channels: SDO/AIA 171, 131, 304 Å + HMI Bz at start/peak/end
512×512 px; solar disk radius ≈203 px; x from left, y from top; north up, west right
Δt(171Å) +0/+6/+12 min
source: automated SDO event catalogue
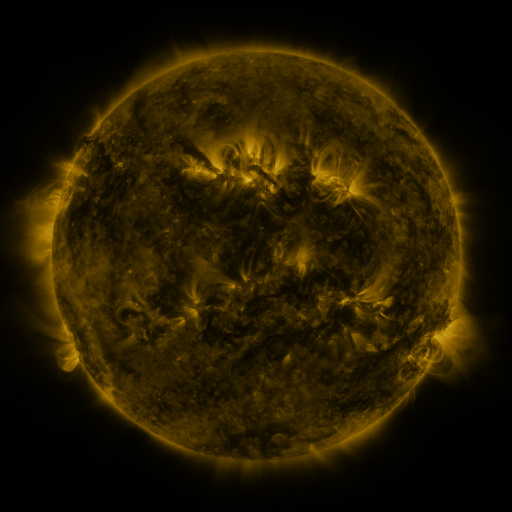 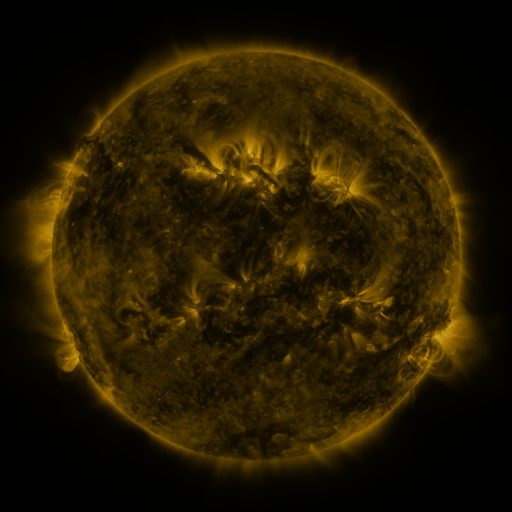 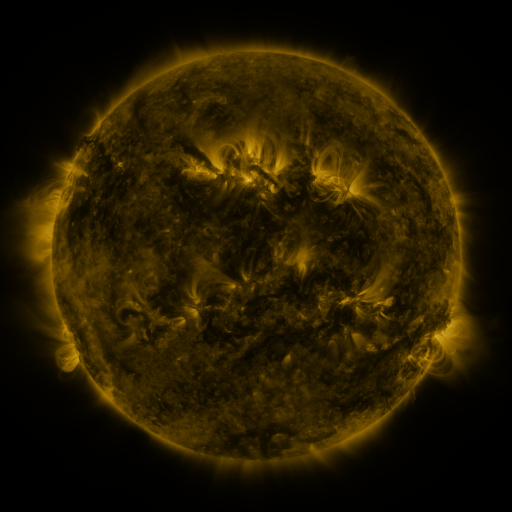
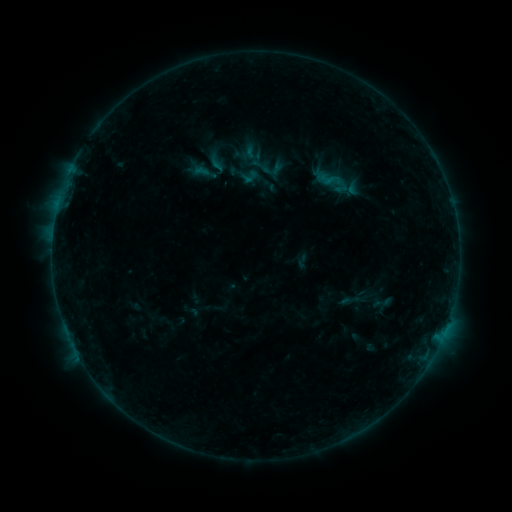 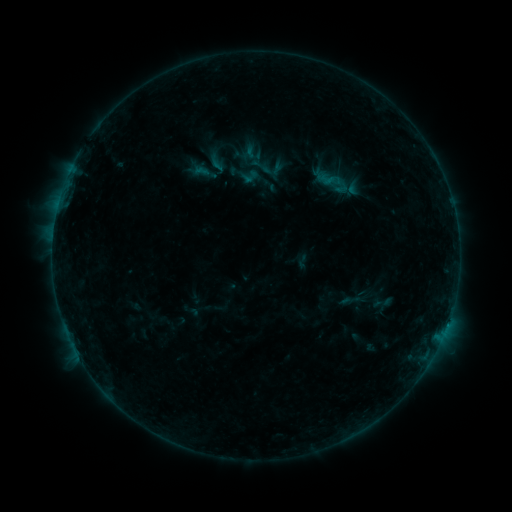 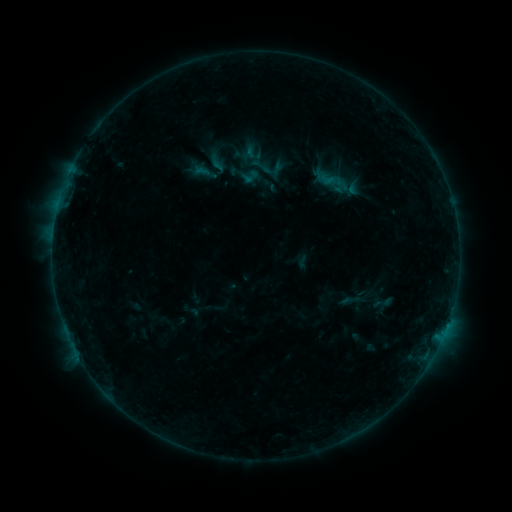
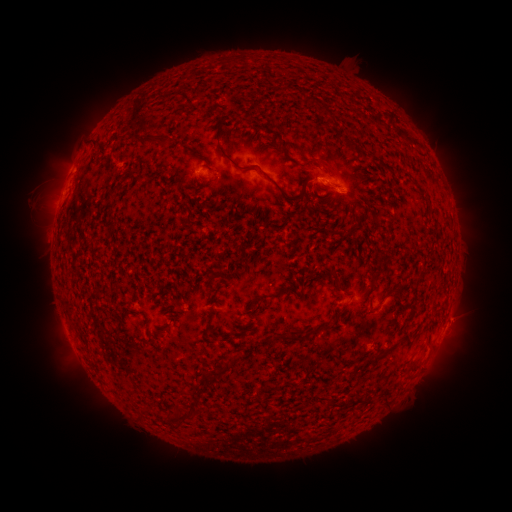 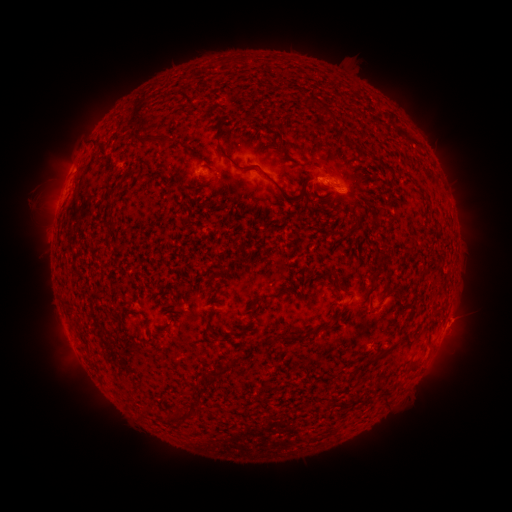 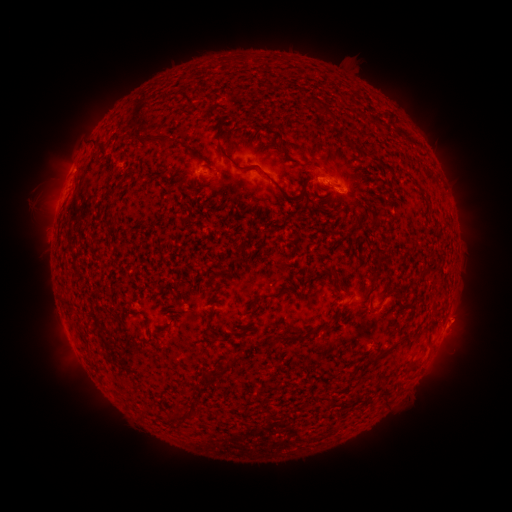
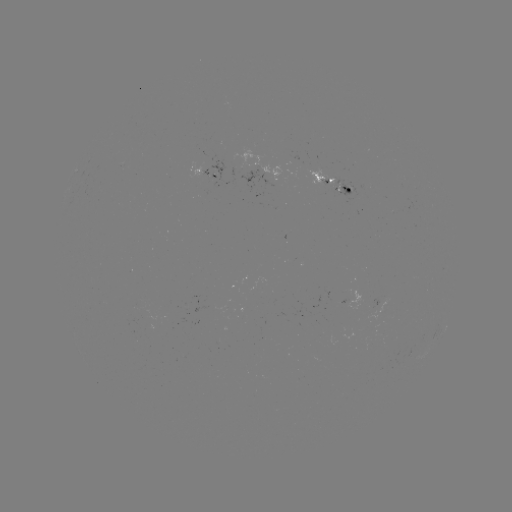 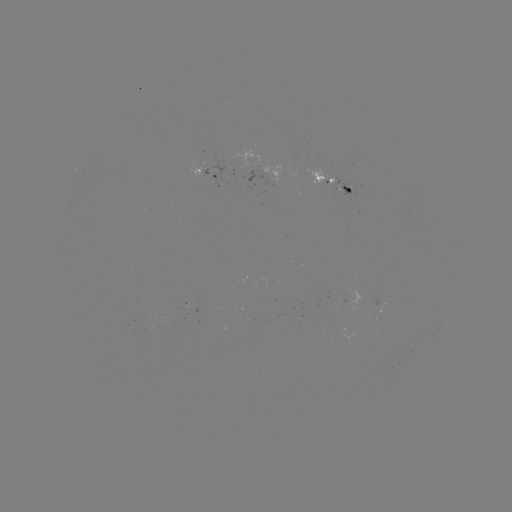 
no catalogued flare and no flagged EUV brightening in this window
